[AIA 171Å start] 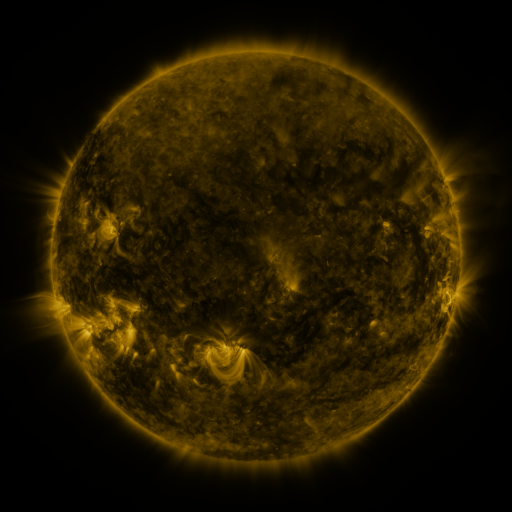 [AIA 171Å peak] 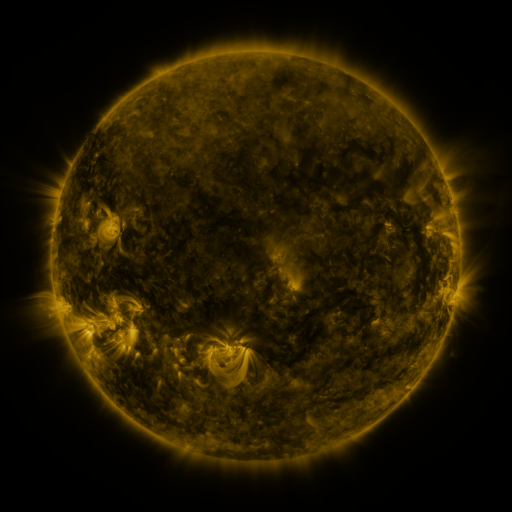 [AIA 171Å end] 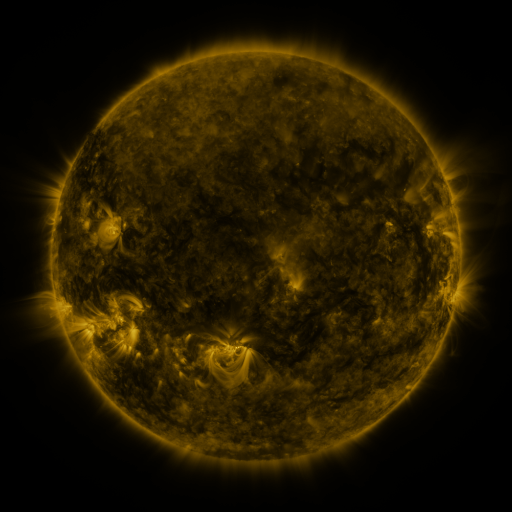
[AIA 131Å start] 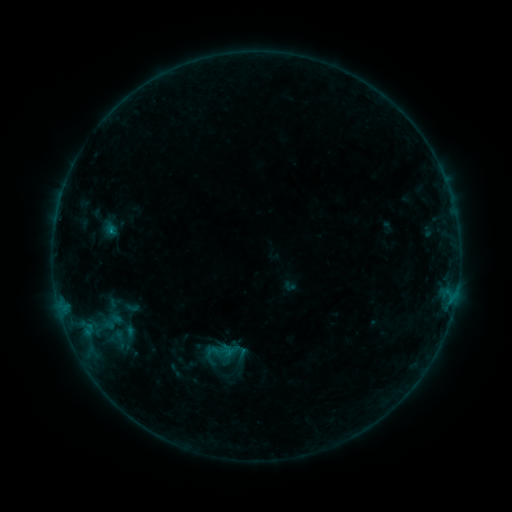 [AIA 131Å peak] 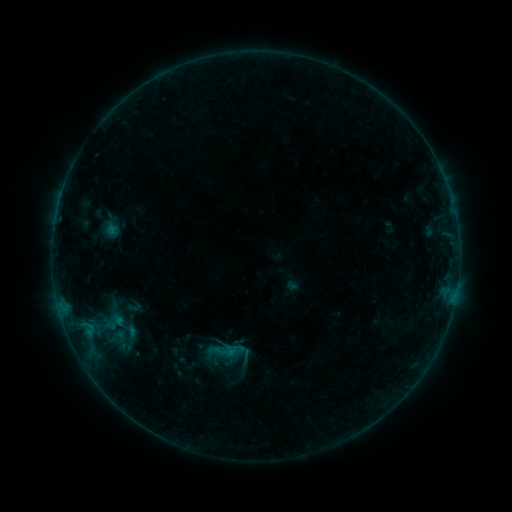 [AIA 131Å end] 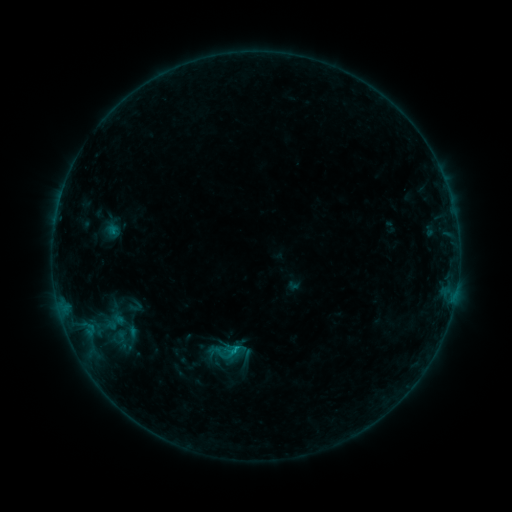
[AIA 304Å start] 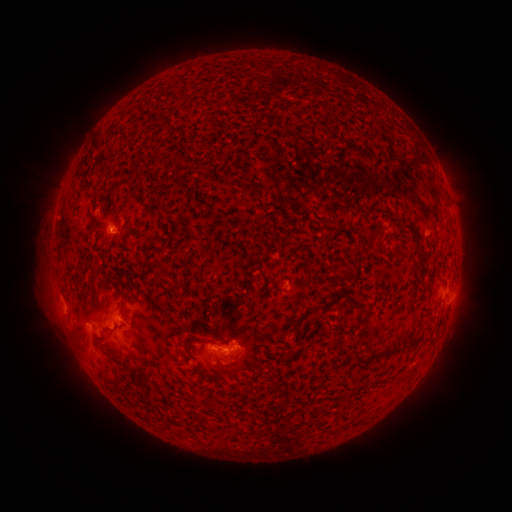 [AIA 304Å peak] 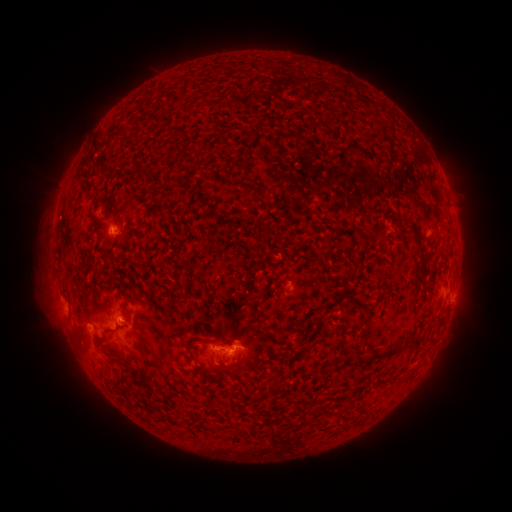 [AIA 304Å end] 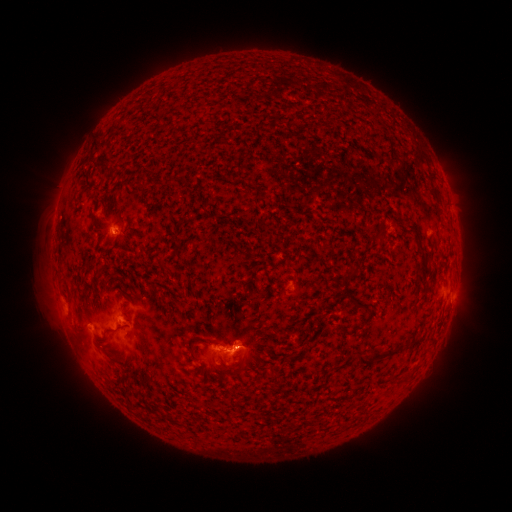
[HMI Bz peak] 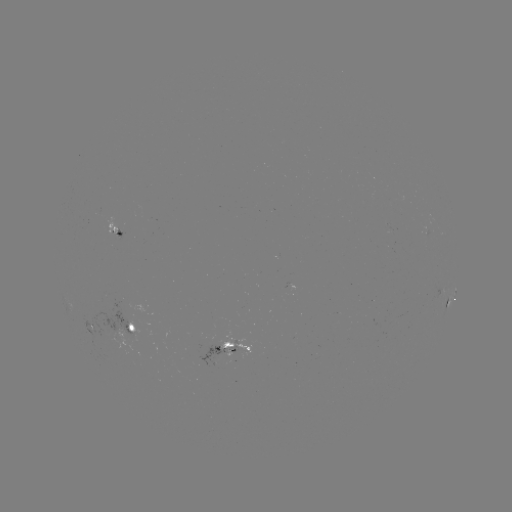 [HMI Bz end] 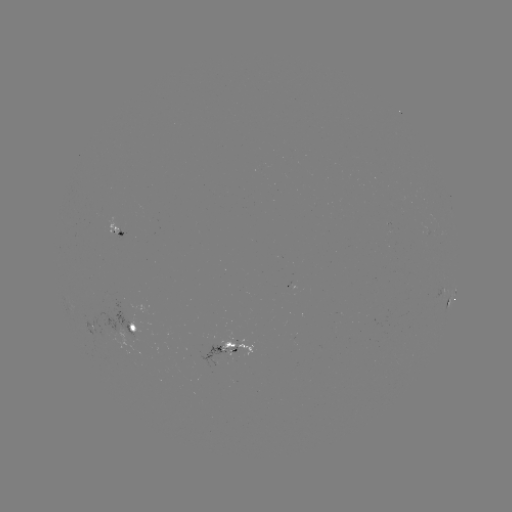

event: emerging-flux region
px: (216, 357)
